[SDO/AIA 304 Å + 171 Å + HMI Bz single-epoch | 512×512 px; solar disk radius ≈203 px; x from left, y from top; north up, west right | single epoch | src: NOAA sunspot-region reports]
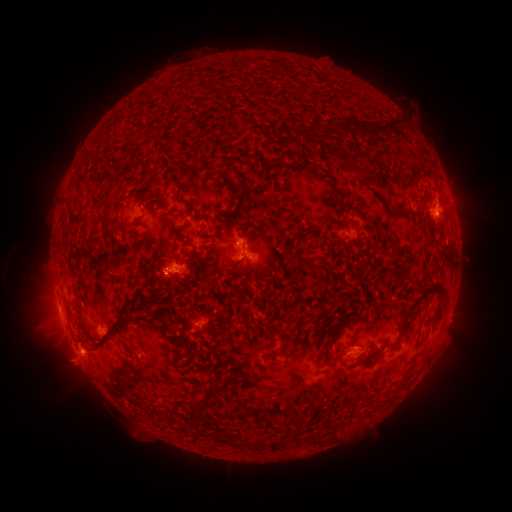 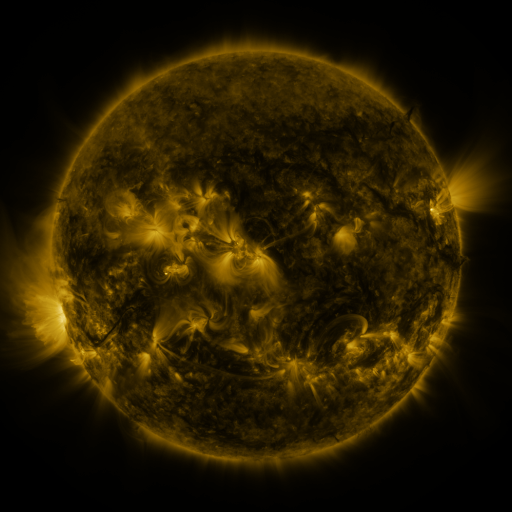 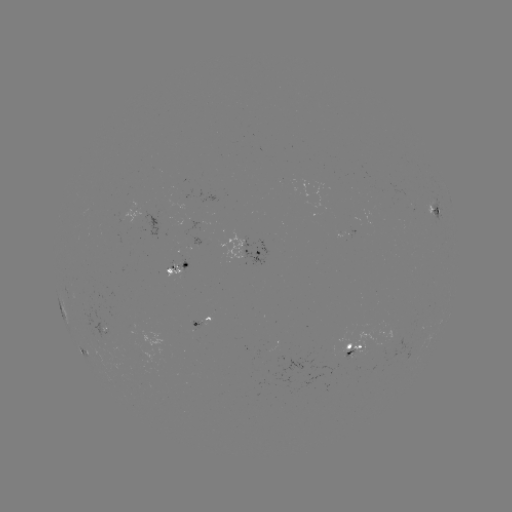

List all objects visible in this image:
spotted active region: (433, 210)
spotted active region: (138, 216)
spotted active region: (252, 253)
spotted active region: (179, 269)
spotted active region: (204, 322)
spotted active region: (93, 325)
spotted active region: (81, 348)
spotted active region: (351, 349)
